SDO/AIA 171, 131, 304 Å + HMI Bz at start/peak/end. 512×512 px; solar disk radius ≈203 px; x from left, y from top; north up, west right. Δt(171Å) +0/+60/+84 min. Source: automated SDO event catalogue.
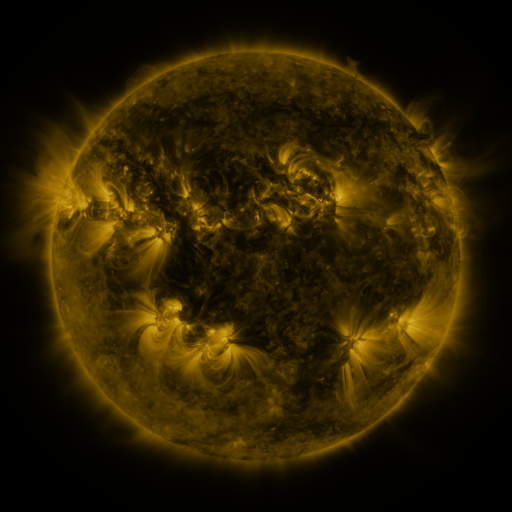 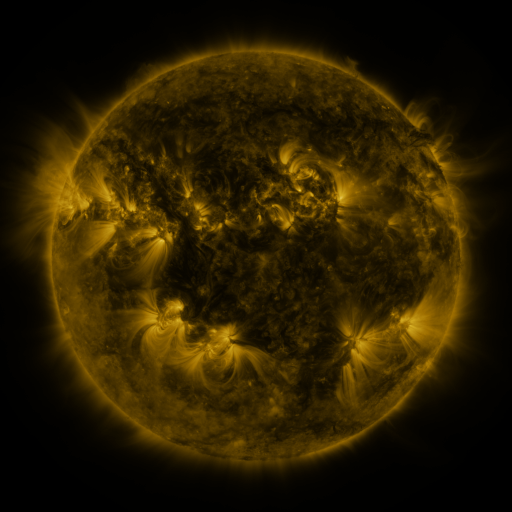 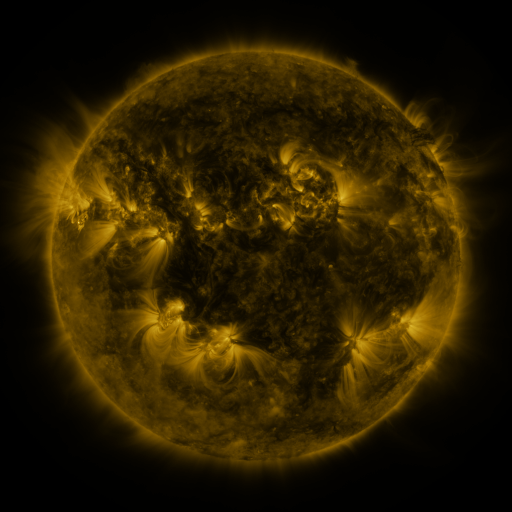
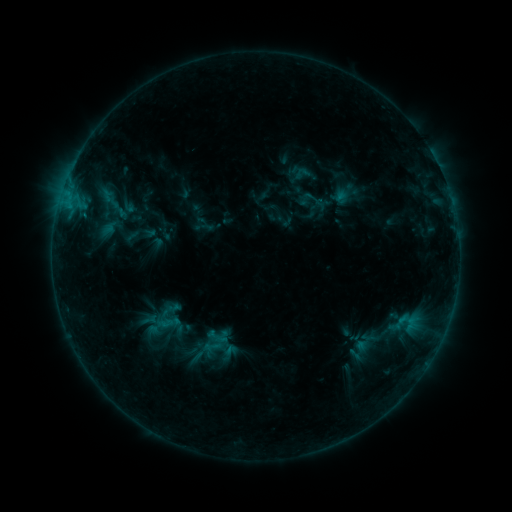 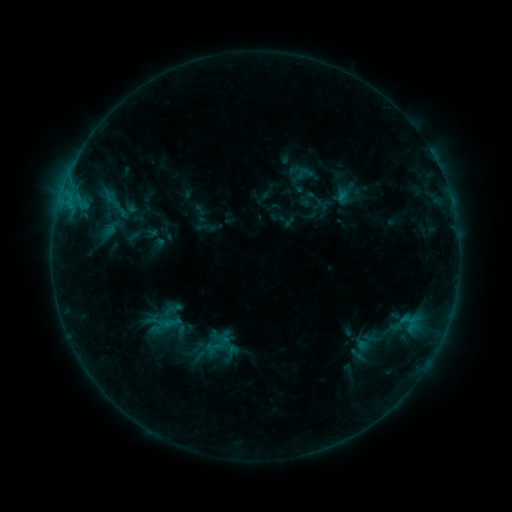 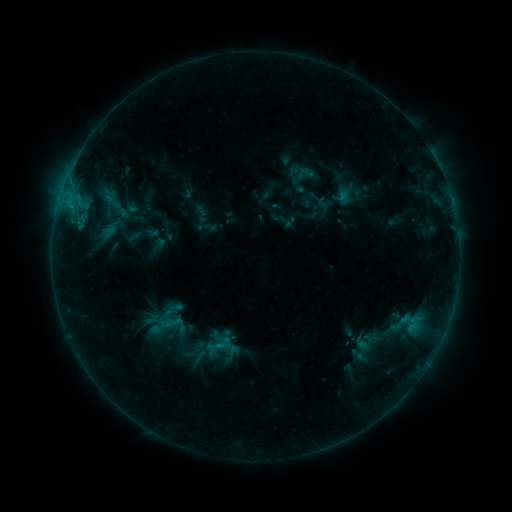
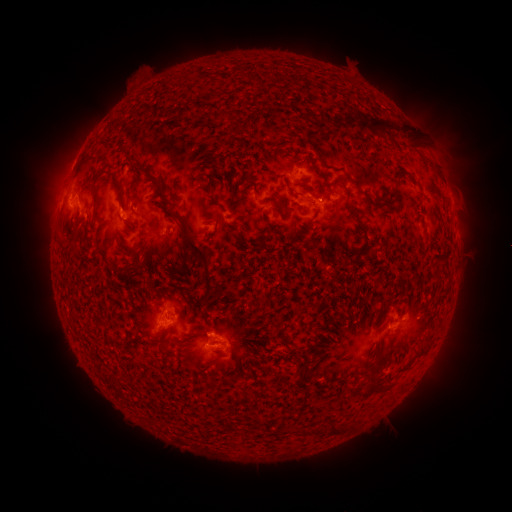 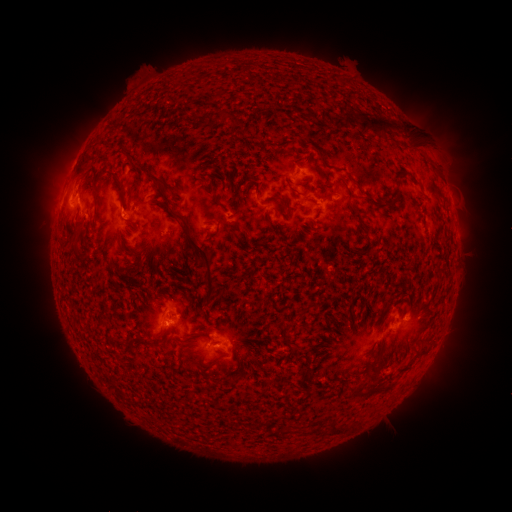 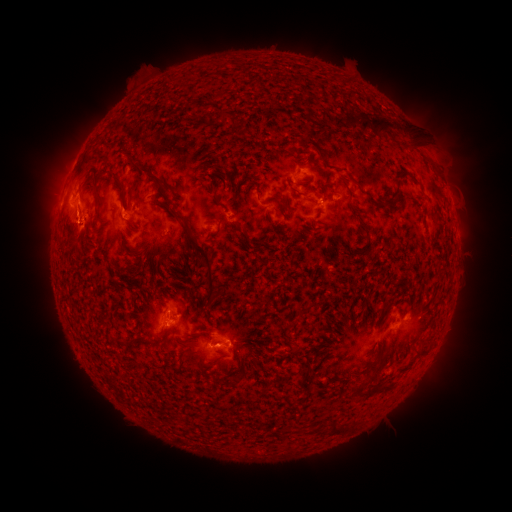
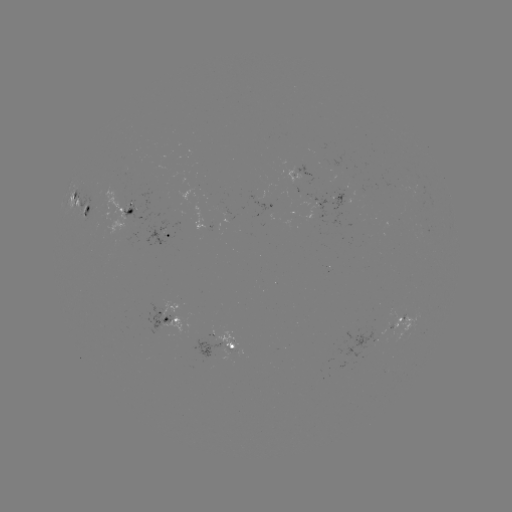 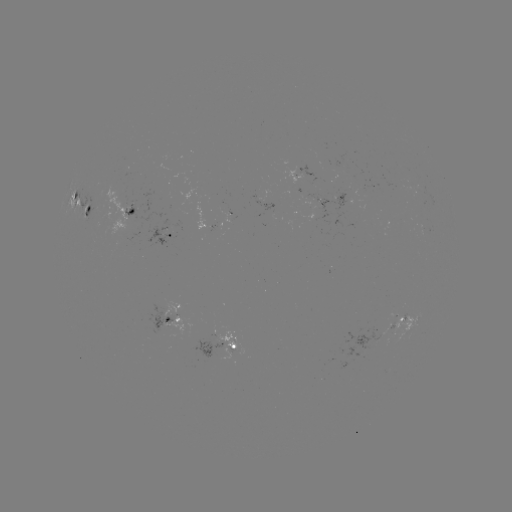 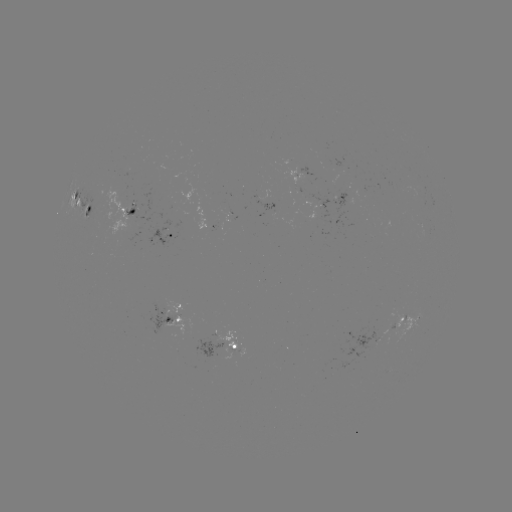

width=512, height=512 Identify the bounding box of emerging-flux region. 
[324, 161, 341, 184].